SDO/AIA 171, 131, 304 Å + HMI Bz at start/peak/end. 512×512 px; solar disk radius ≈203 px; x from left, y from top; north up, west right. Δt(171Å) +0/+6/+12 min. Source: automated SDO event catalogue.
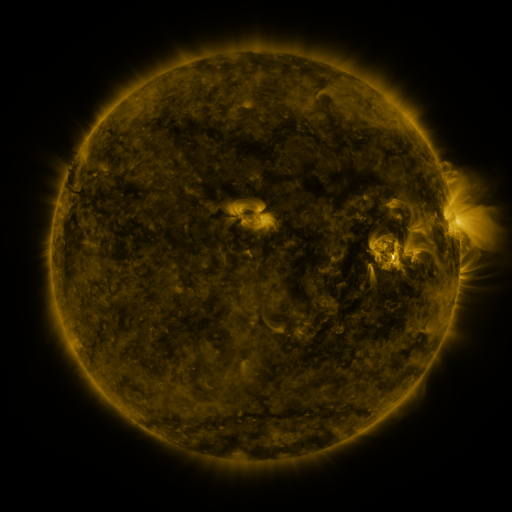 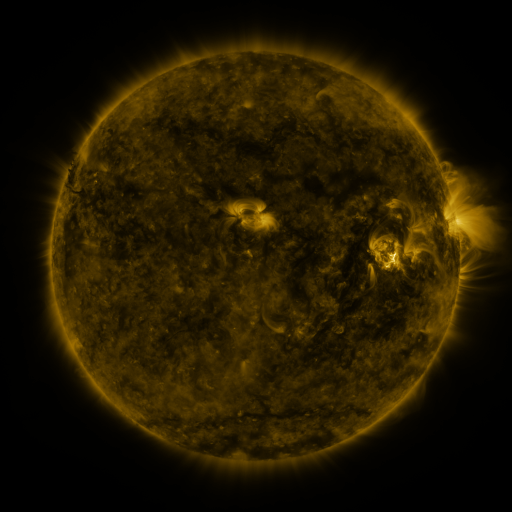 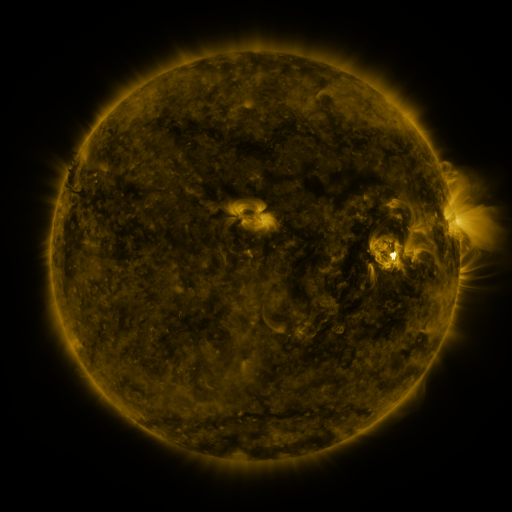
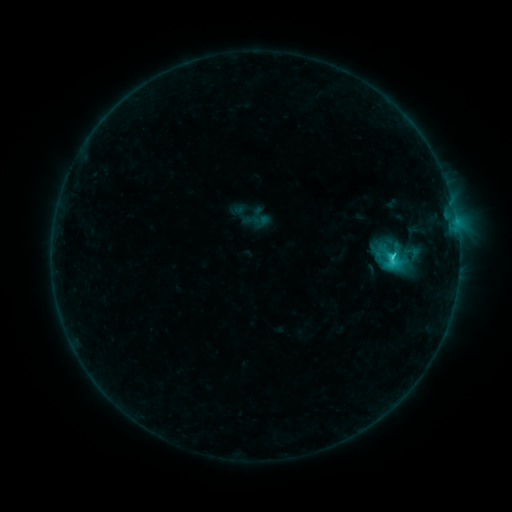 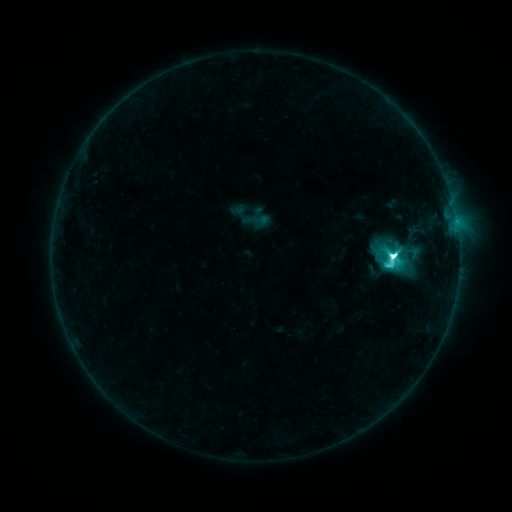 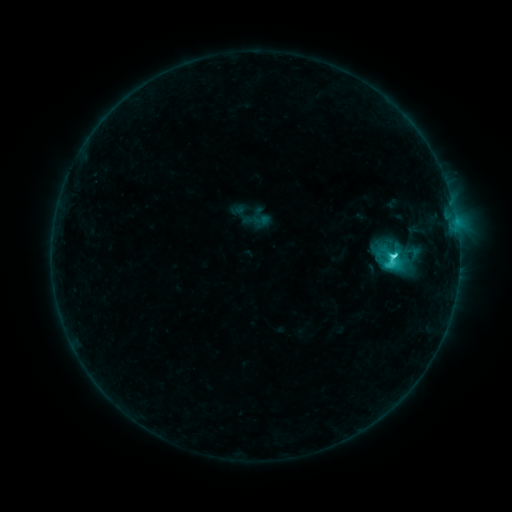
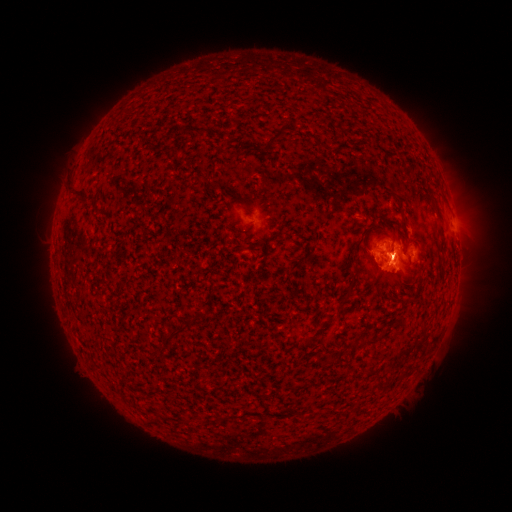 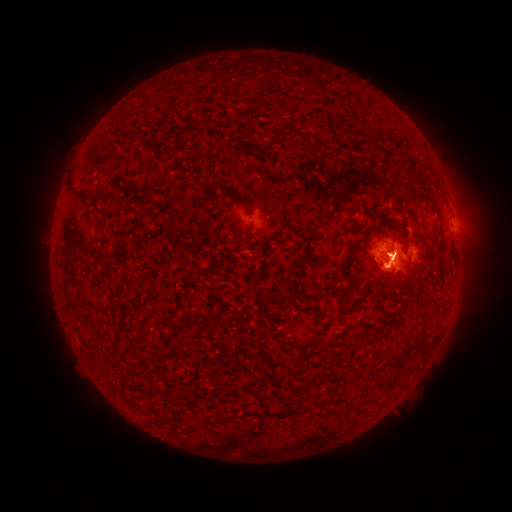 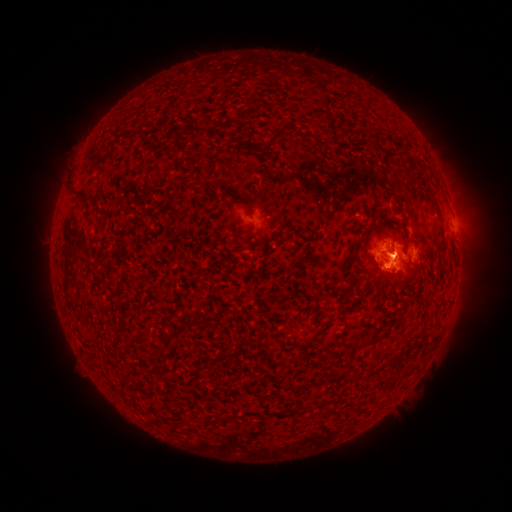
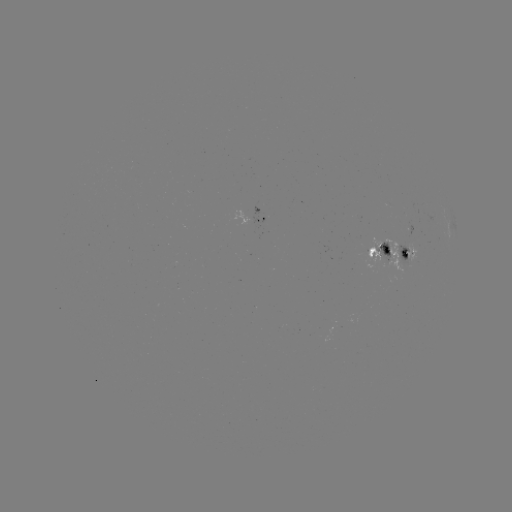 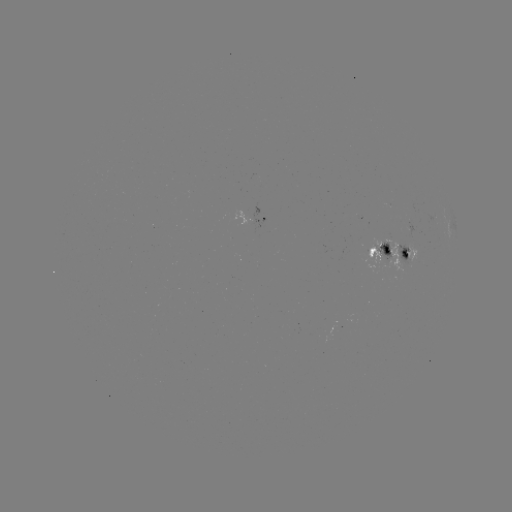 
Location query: M1.2 flare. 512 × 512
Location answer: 392,258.